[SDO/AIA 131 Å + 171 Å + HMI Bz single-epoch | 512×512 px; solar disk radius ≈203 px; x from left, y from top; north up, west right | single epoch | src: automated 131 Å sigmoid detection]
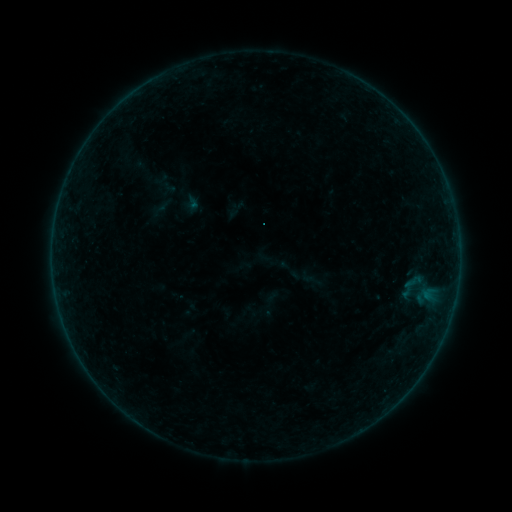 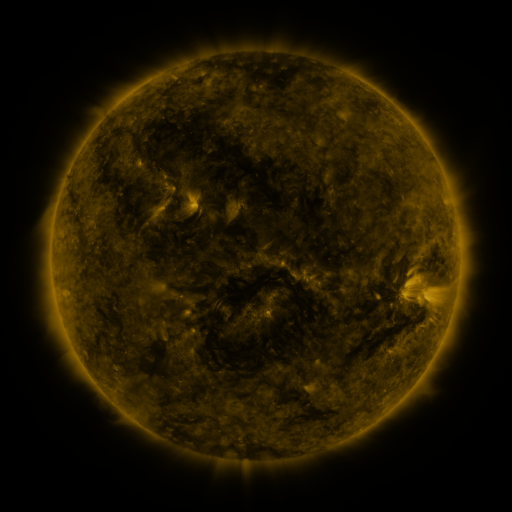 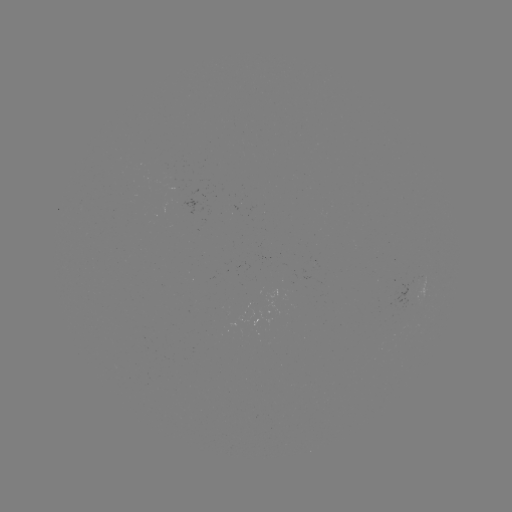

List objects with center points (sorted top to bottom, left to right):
sigmoid: (404, 272, 422, 291)
